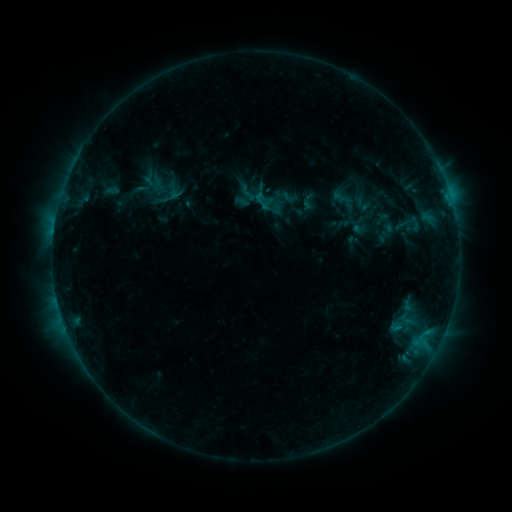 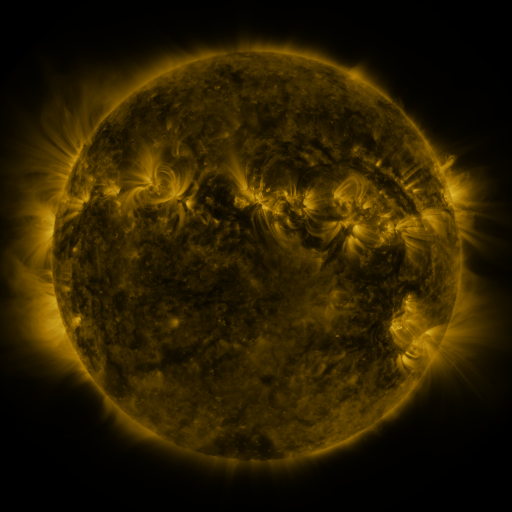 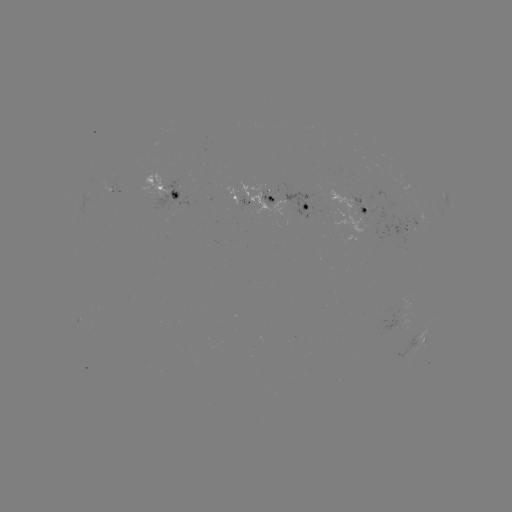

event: sigmoid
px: (415, 223)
